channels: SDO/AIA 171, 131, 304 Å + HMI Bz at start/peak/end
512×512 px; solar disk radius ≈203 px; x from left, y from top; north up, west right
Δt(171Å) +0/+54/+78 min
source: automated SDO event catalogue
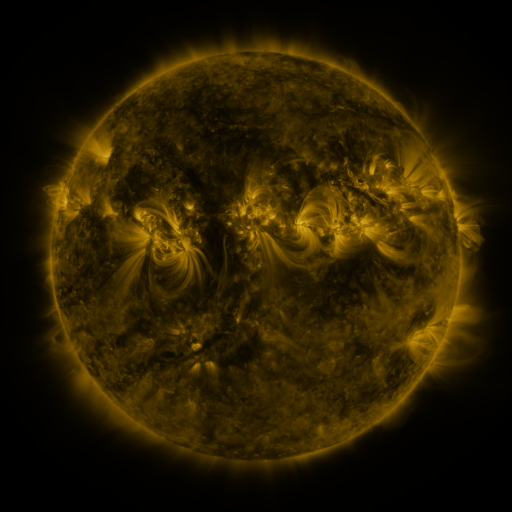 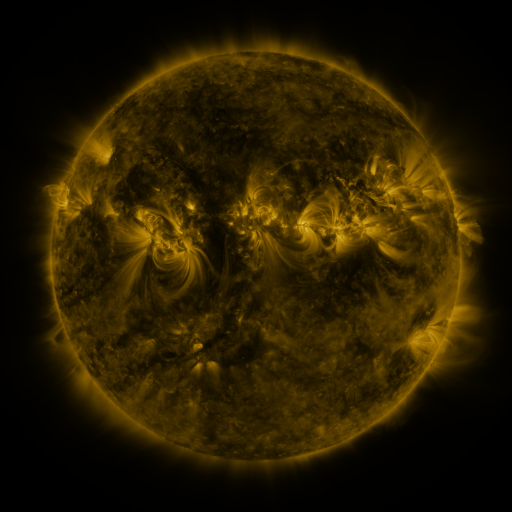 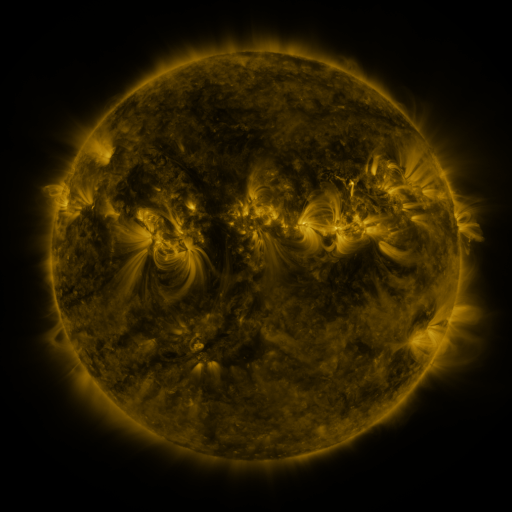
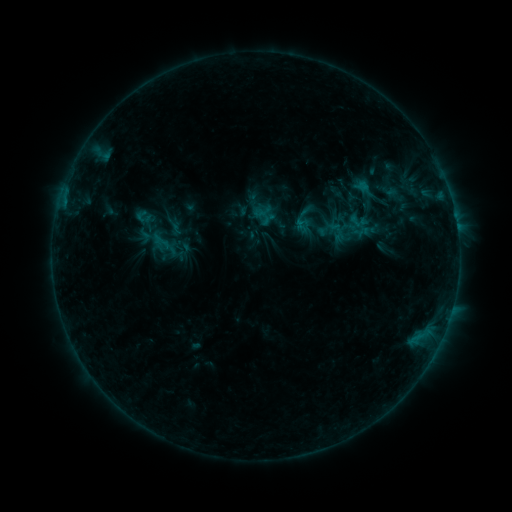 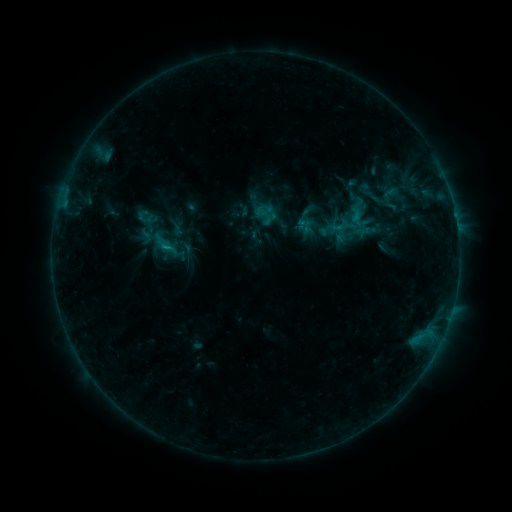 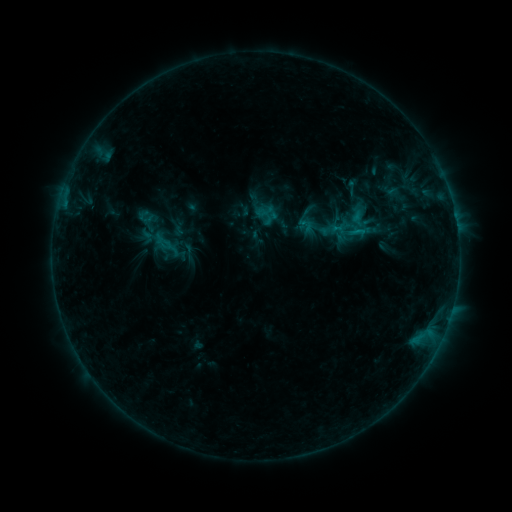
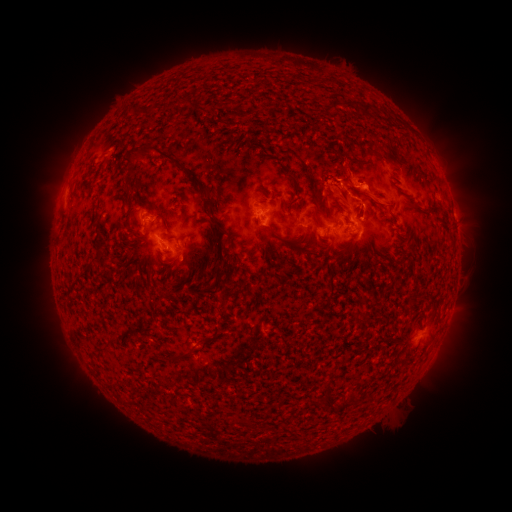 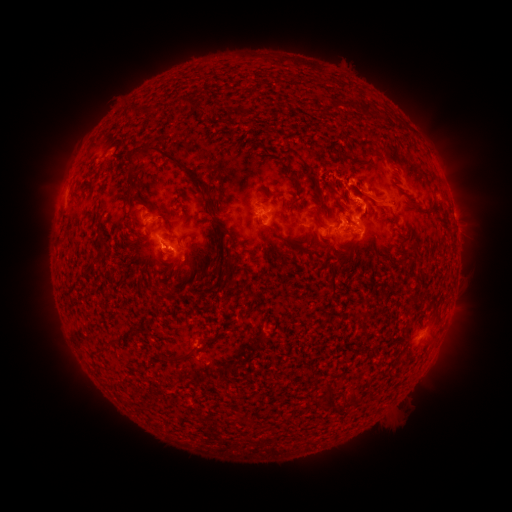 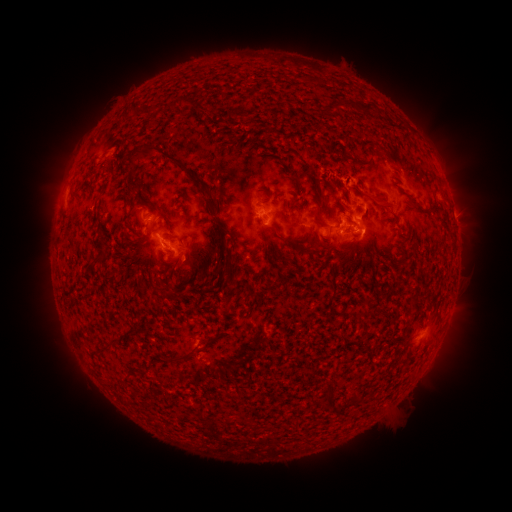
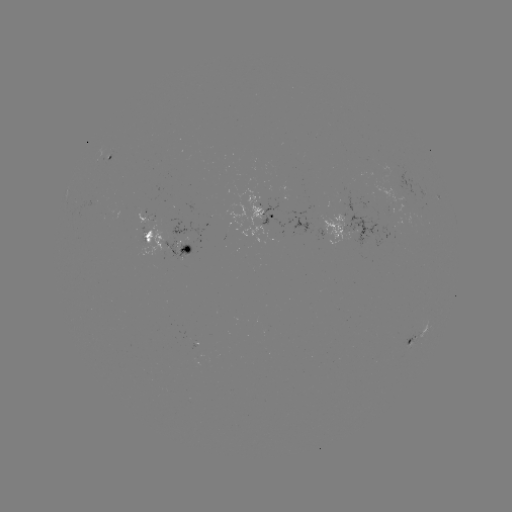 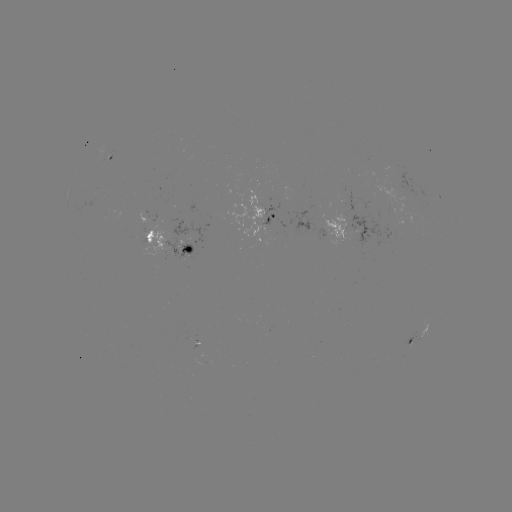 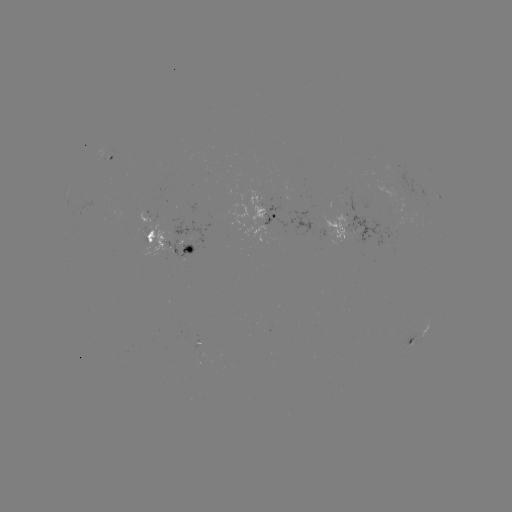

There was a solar flare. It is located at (167, 250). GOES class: C1.2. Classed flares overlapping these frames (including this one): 1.